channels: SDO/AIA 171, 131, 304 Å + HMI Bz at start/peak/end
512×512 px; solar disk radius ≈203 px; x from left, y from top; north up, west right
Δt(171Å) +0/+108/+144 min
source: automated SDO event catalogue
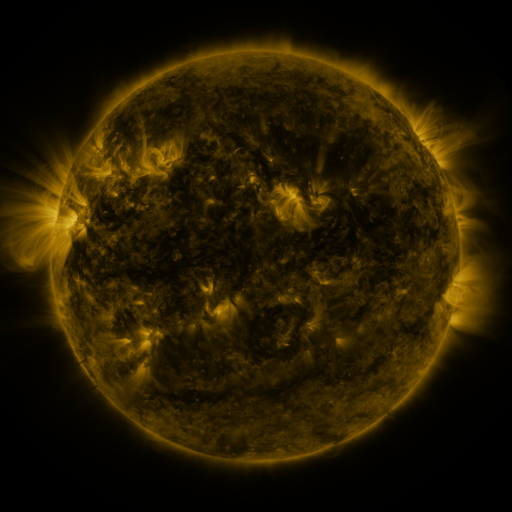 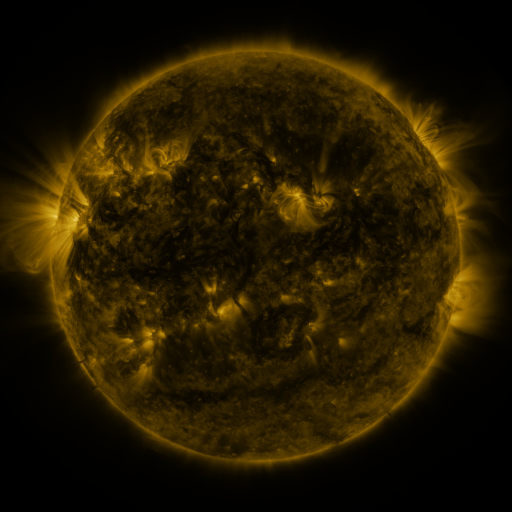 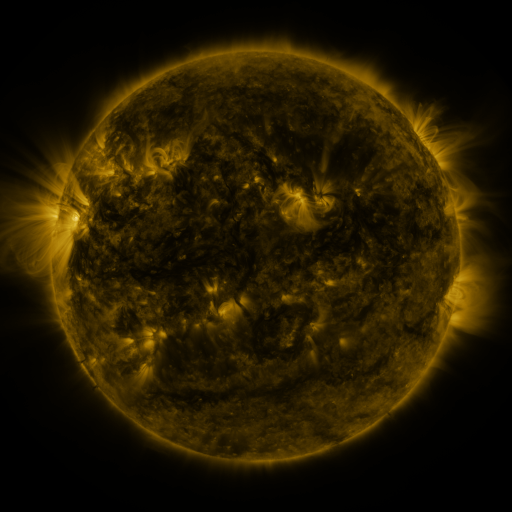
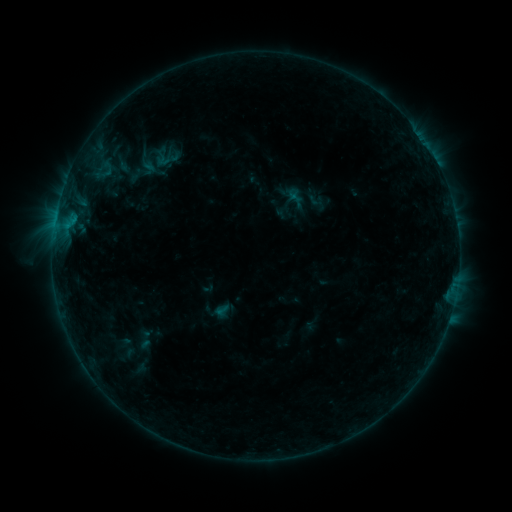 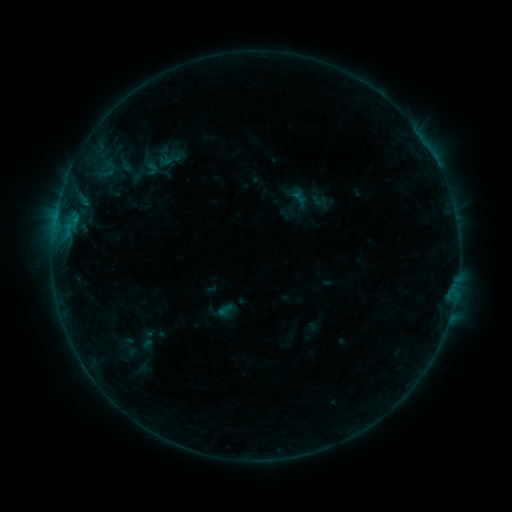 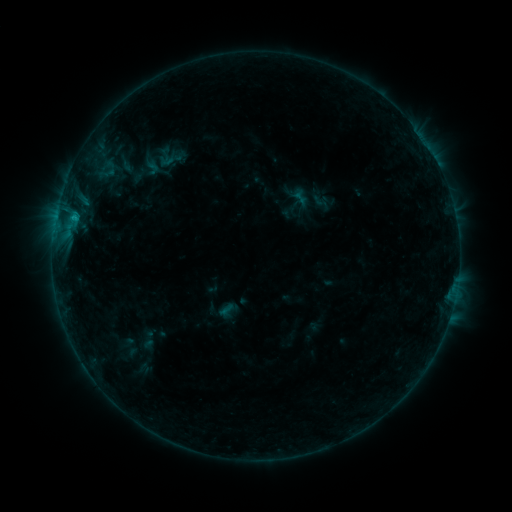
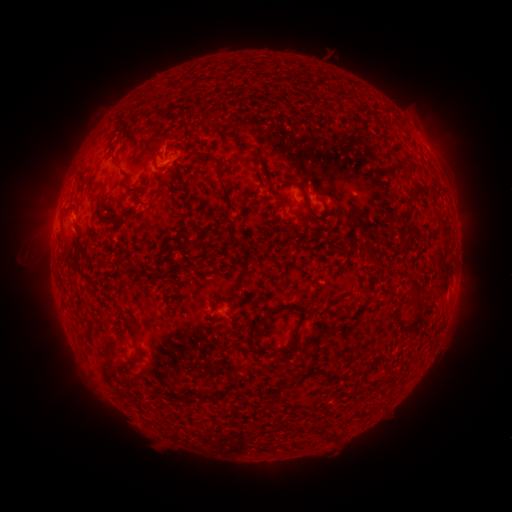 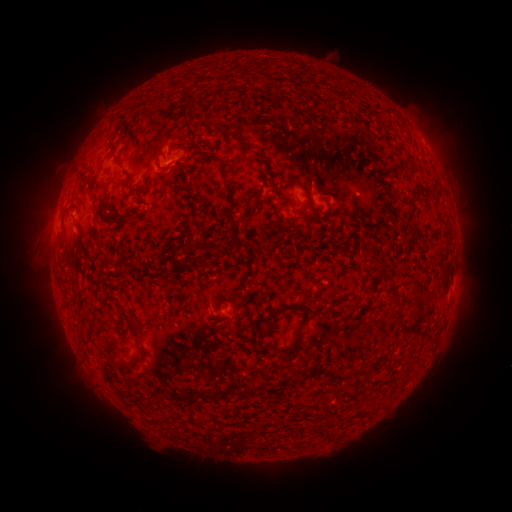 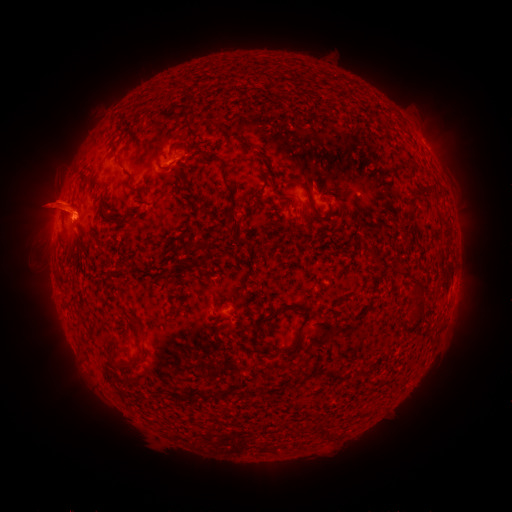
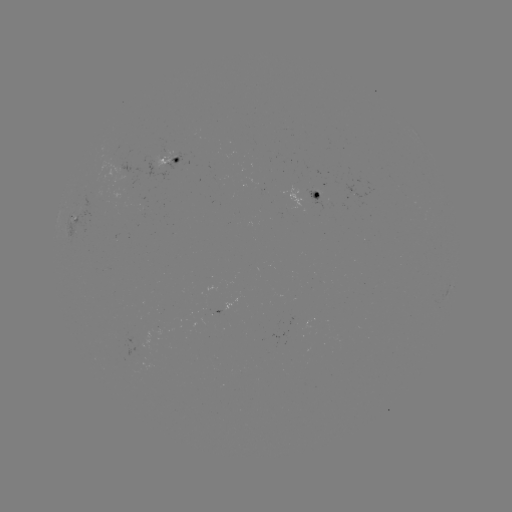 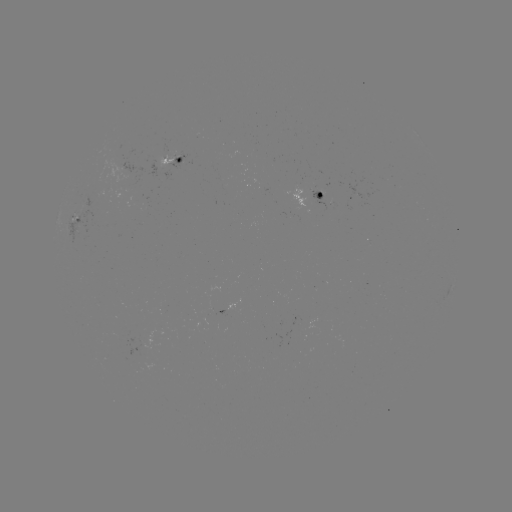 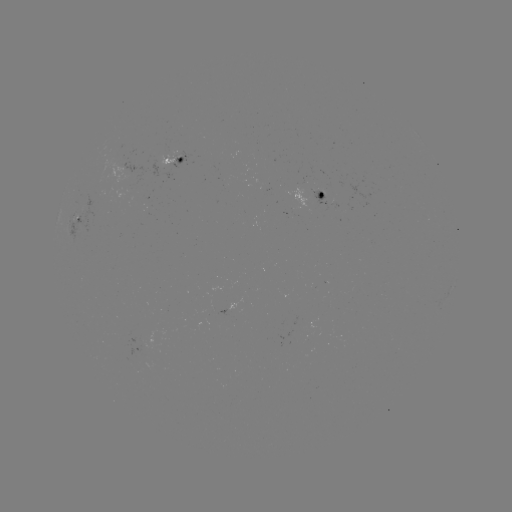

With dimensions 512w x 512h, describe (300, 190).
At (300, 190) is emerging-flux region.